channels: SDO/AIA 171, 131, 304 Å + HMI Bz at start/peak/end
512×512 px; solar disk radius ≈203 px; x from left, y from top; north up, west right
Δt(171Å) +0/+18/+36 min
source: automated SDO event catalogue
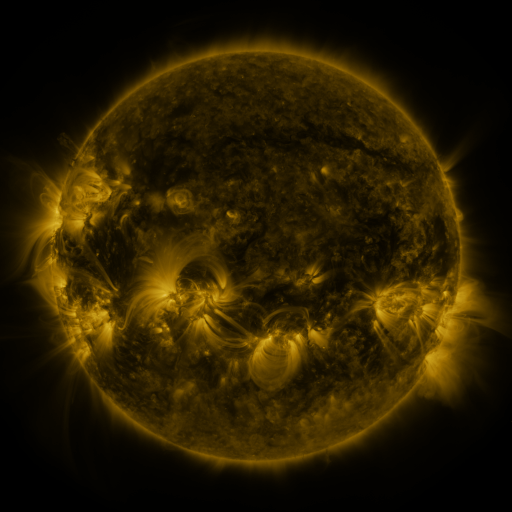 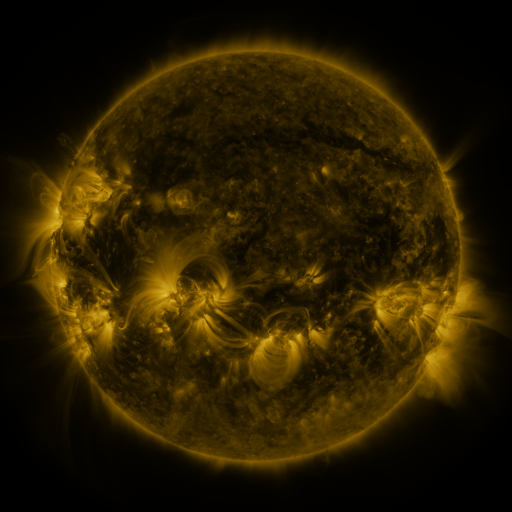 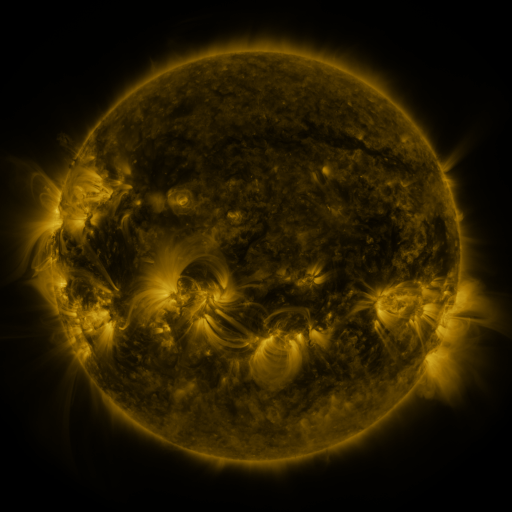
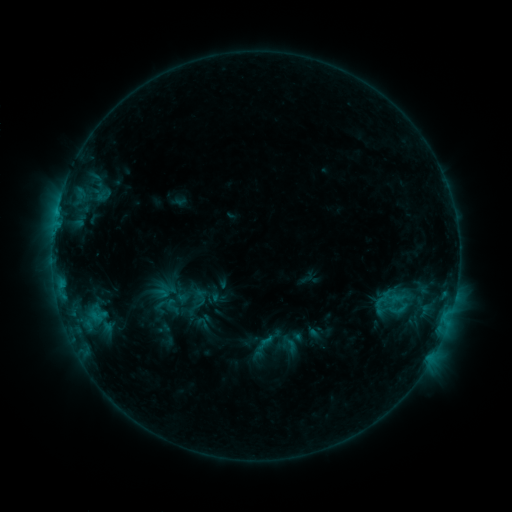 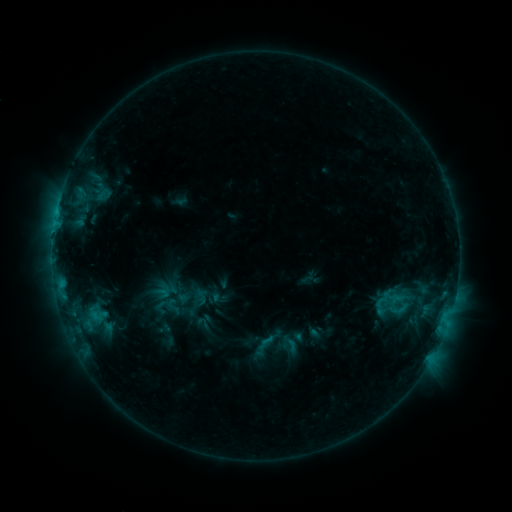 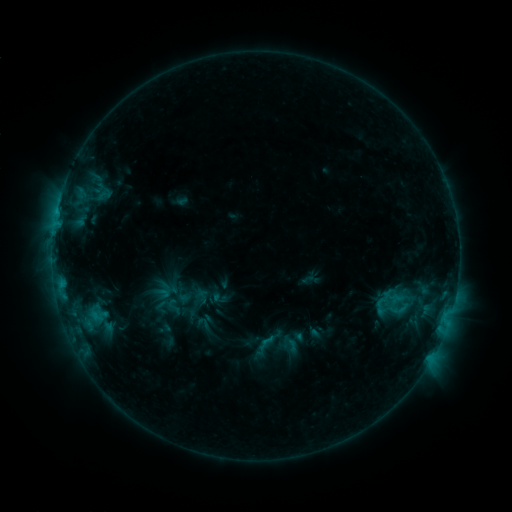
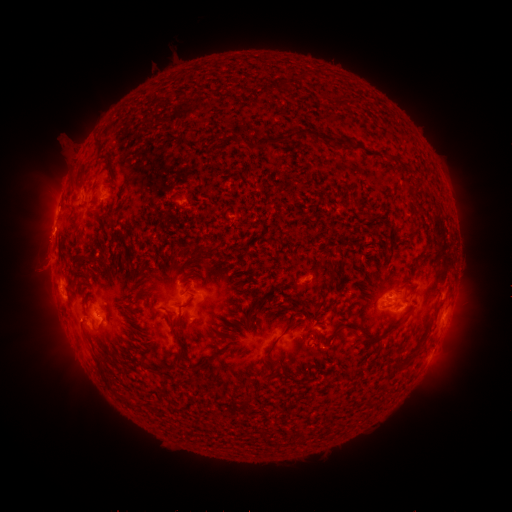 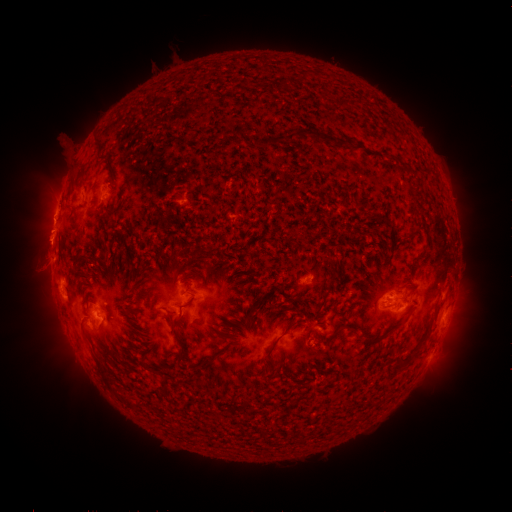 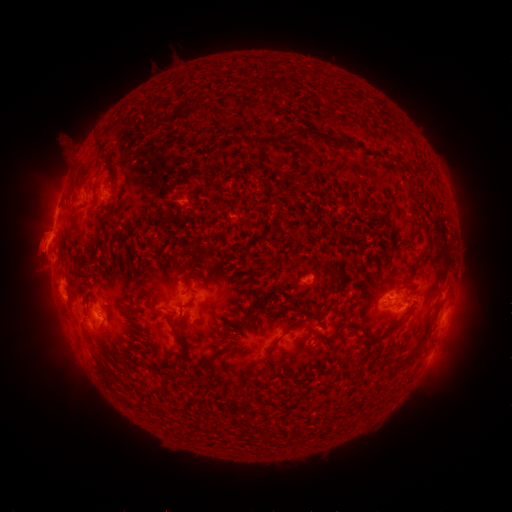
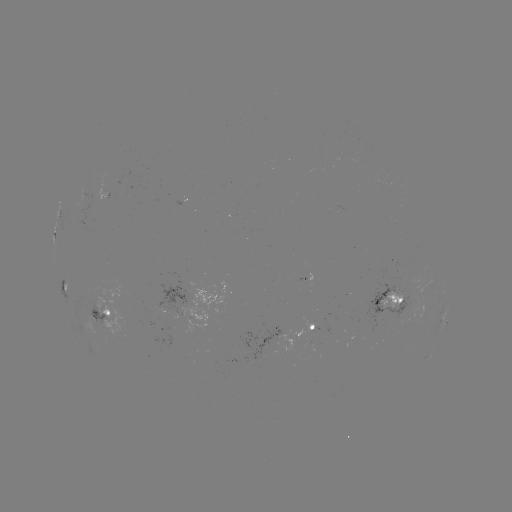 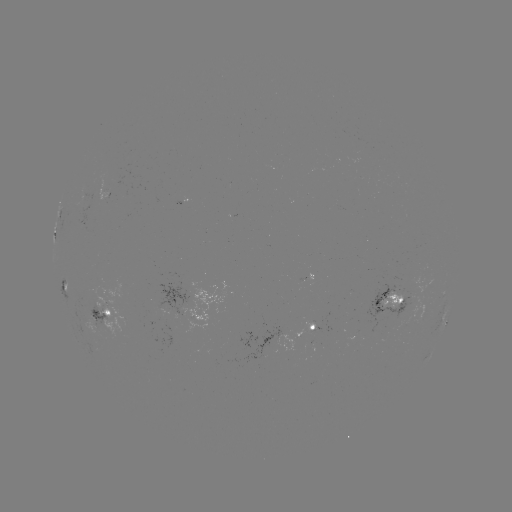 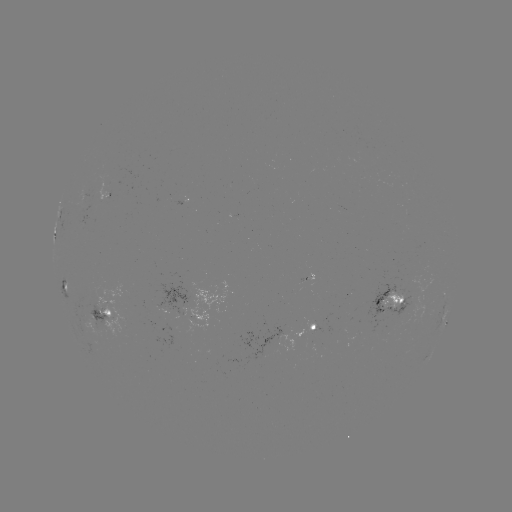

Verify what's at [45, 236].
eruption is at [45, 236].